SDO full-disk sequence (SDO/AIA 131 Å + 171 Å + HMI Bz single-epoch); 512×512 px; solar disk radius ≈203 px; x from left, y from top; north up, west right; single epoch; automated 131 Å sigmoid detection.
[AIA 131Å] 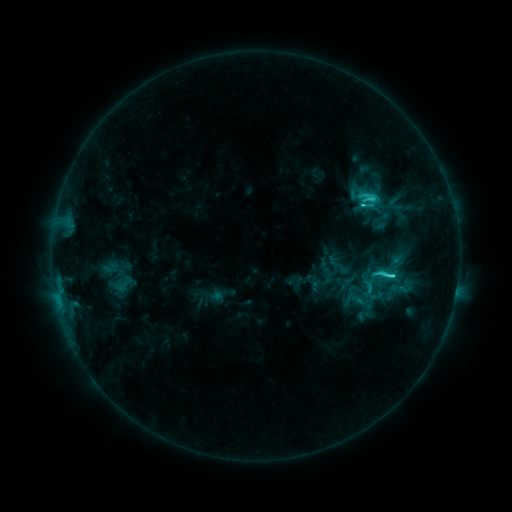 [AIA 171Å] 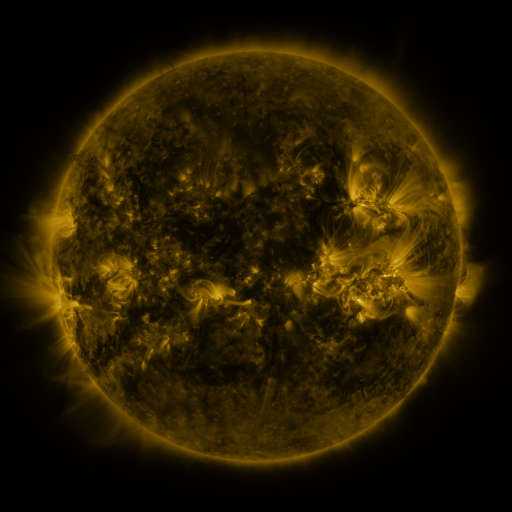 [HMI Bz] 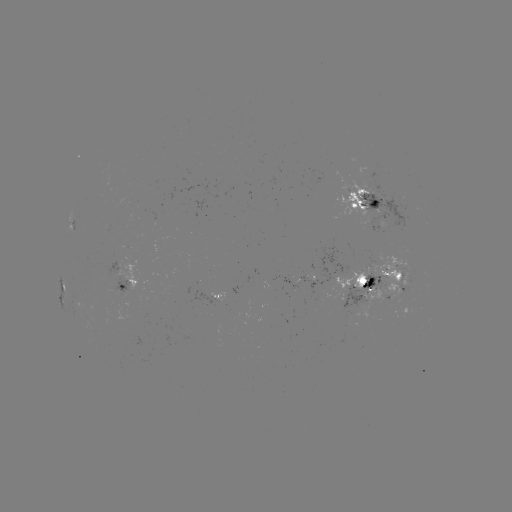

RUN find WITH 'sigmoid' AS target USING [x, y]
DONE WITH [384, 274] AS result